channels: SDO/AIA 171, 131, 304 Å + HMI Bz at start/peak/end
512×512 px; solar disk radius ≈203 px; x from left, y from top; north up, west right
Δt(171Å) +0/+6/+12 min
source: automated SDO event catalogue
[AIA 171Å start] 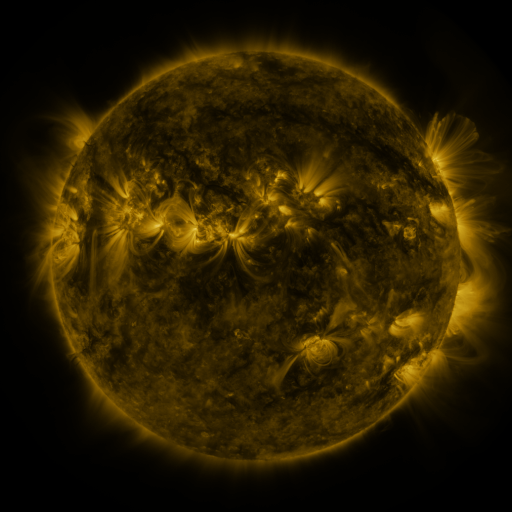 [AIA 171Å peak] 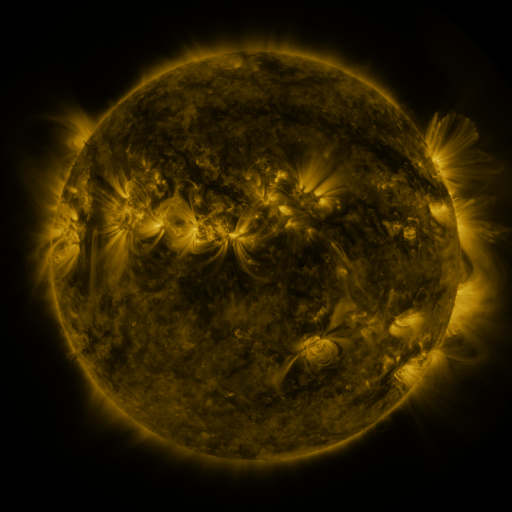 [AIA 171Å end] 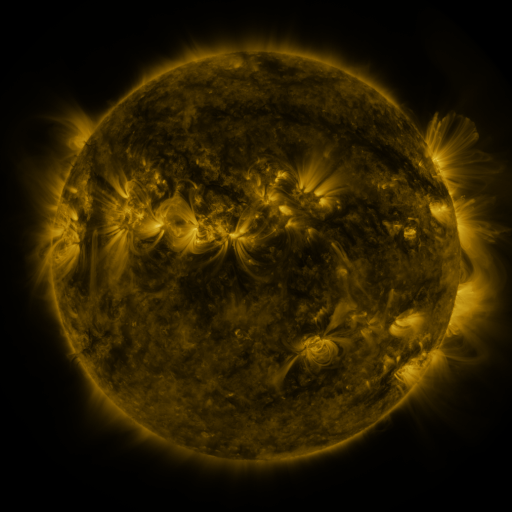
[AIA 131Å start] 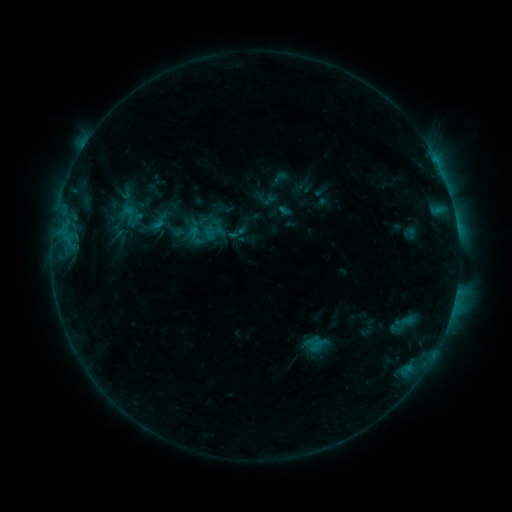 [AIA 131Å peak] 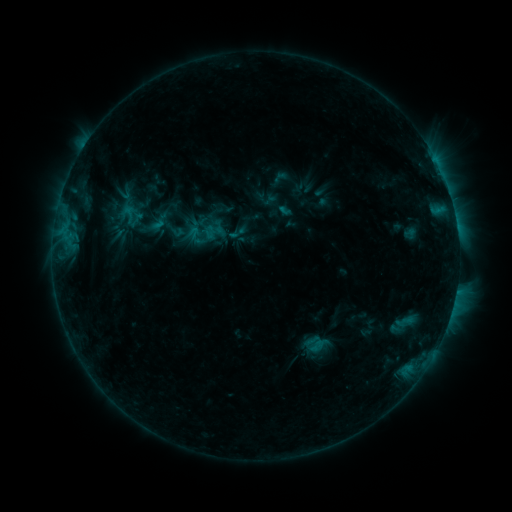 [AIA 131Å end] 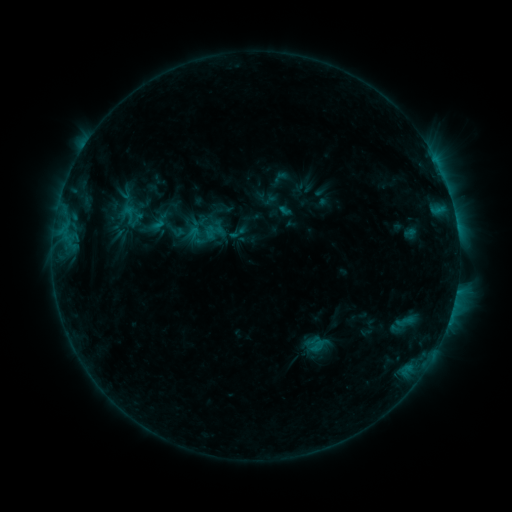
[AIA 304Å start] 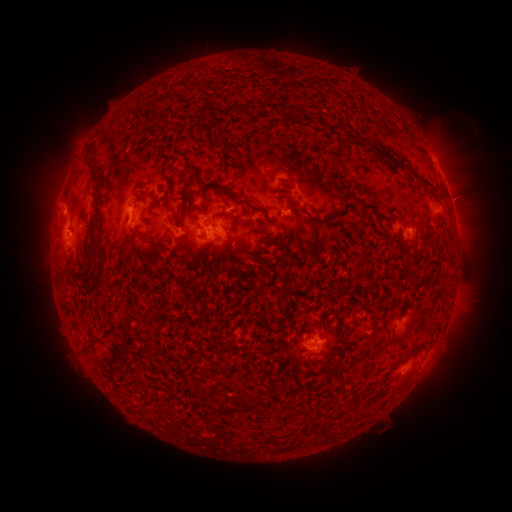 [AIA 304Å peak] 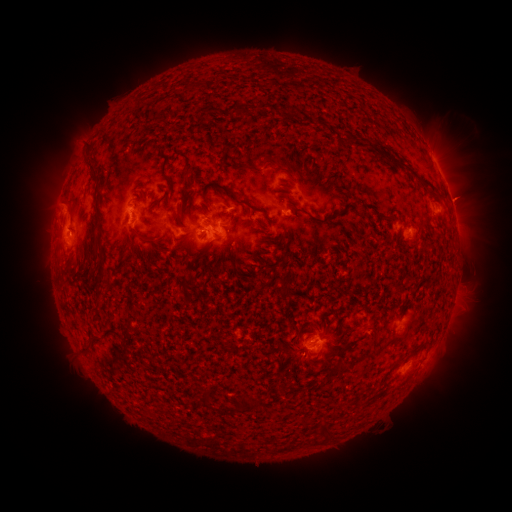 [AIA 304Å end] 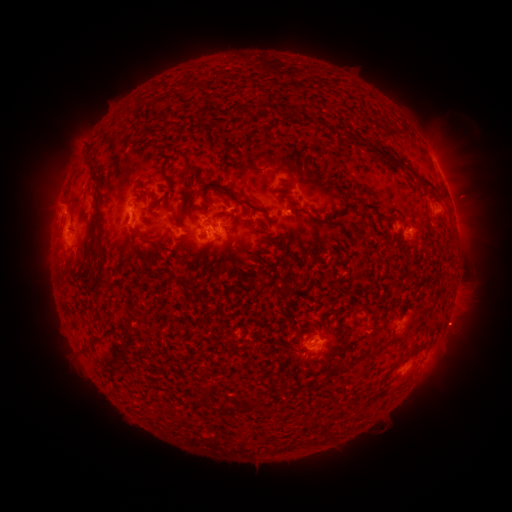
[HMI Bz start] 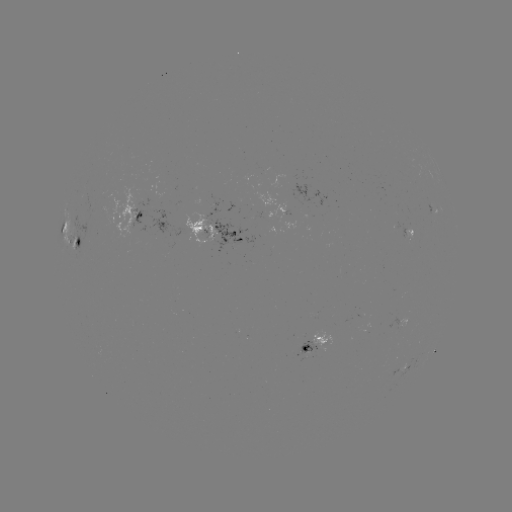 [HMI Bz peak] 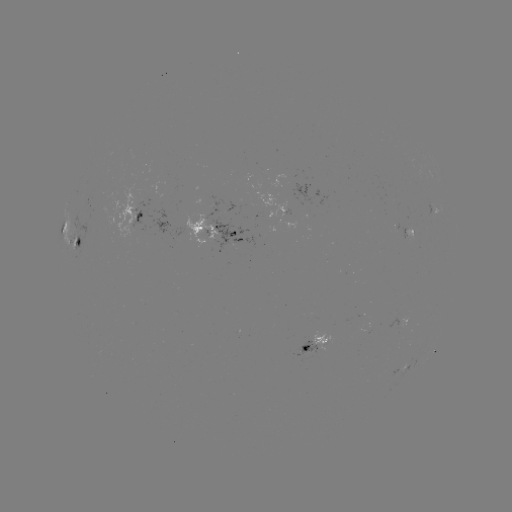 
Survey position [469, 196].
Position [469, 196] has eruption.